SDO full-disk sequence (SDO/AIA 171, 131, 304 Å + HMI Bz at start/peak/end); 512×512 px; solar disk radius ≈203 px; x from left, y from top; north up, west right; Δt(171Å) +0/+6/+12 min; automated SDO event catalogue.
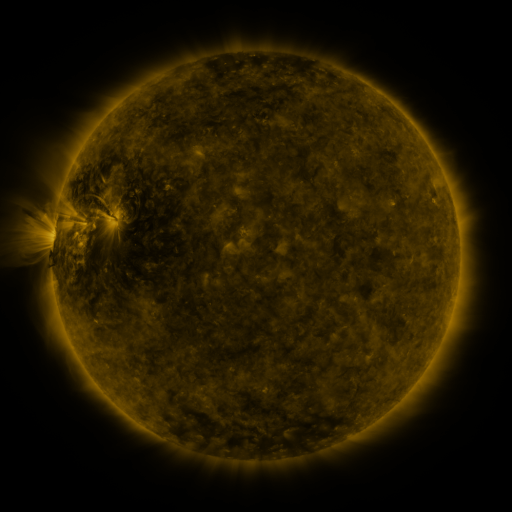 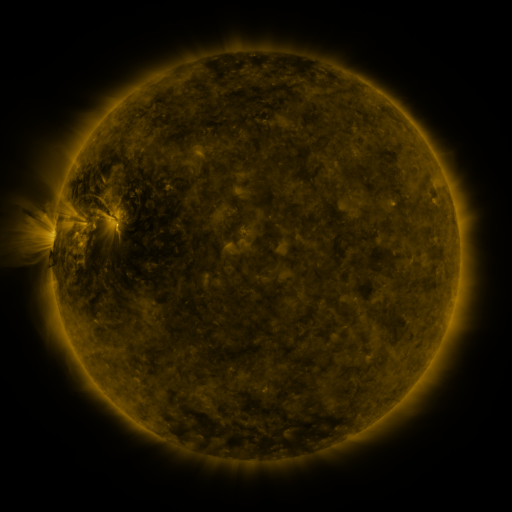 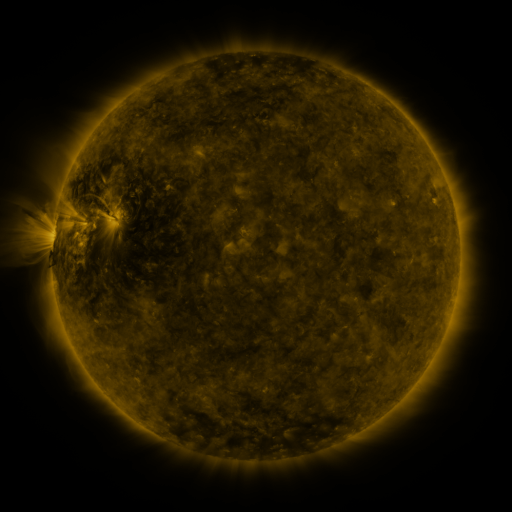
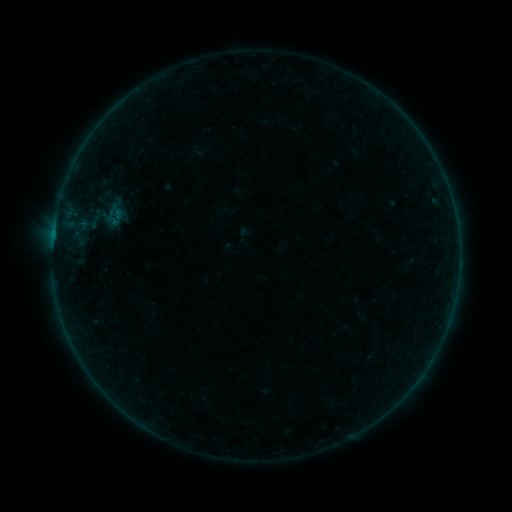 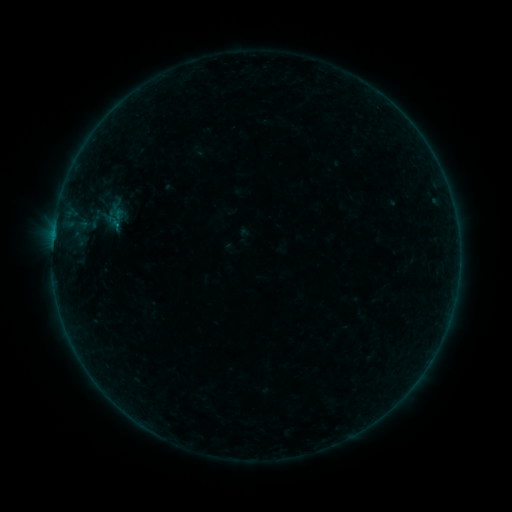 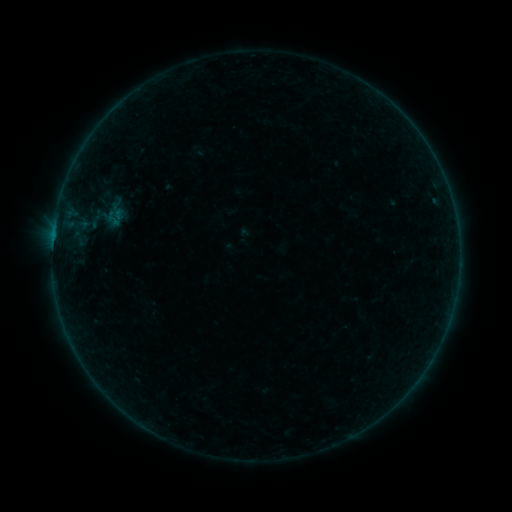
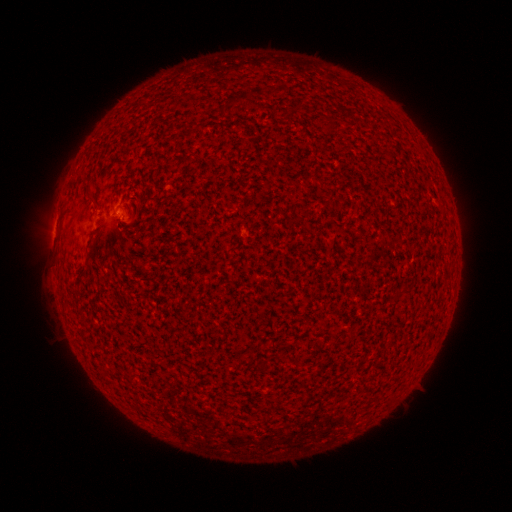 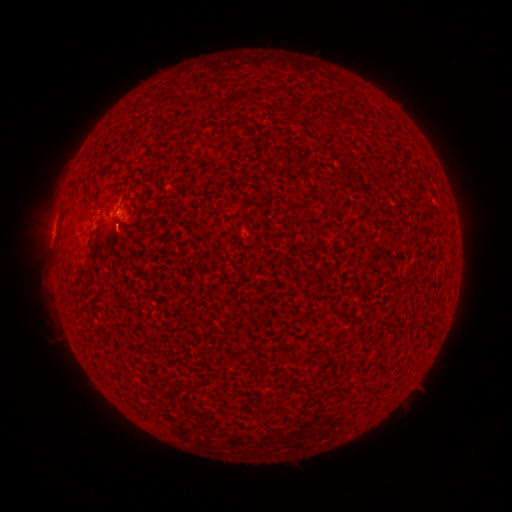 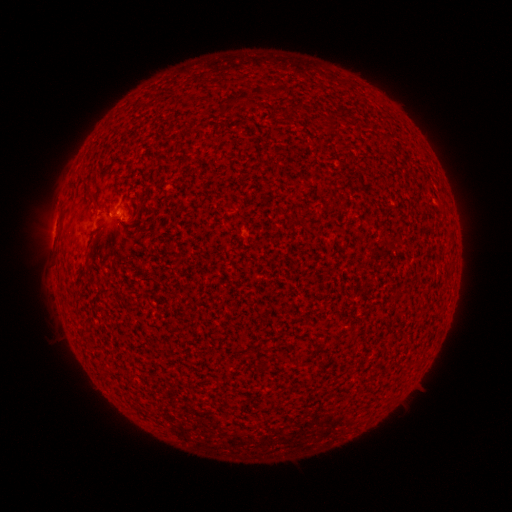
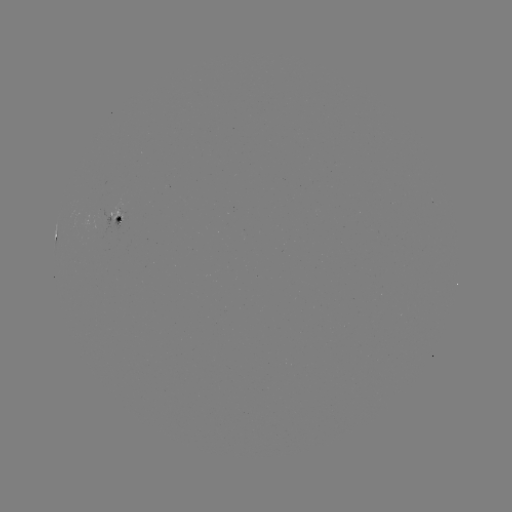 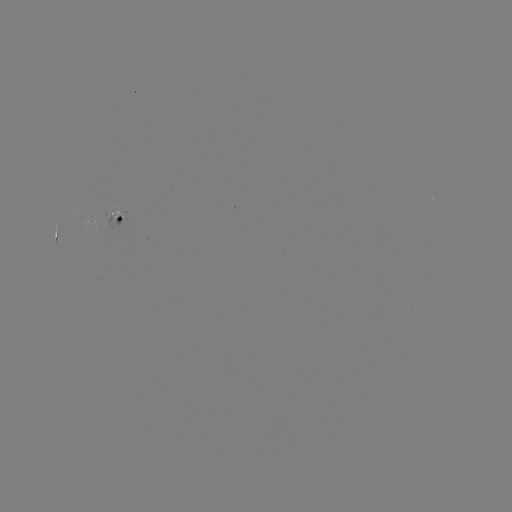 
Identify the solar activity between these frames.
B3.4 flare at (120, 228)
